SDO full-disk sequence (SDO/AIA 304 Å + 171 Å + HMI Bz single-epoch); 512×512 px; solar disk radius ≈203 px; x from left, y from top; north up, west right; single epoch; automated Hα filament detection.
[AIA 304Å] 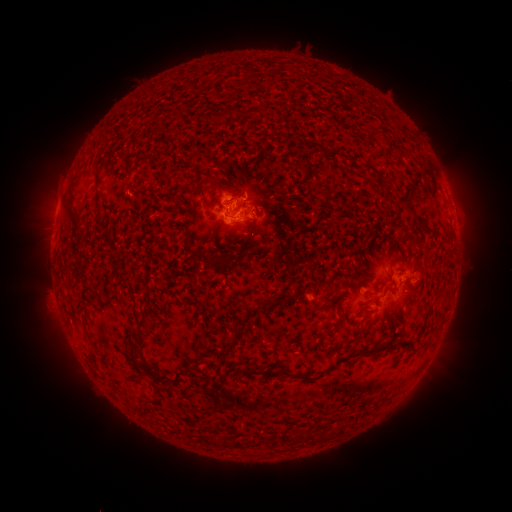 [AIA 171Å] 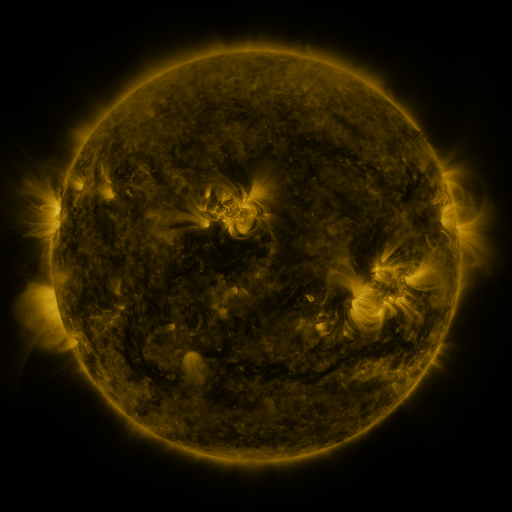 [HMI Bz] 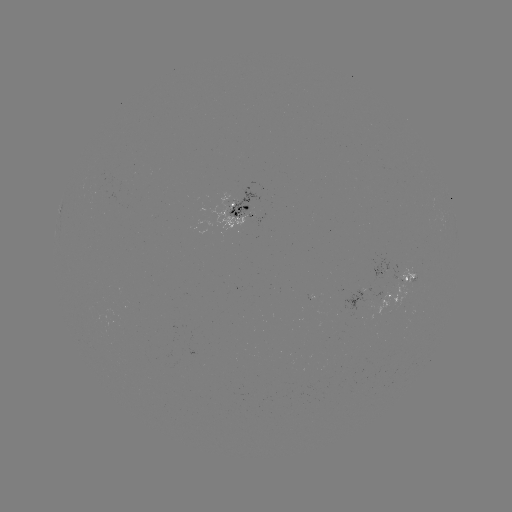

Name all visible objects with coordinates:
filament: (249, 112)
filament: (223, 114)
filament: (410, 211)
filament: (72, 212)
filament: (400, 252)
filament: (200, 257)
filament: (143, 323)
filament: (239, 335)
filament: (333, 349)
filament: (366, 351)
filament: (131, 352)
filament: (271, 372)
filament: (235, 444)
